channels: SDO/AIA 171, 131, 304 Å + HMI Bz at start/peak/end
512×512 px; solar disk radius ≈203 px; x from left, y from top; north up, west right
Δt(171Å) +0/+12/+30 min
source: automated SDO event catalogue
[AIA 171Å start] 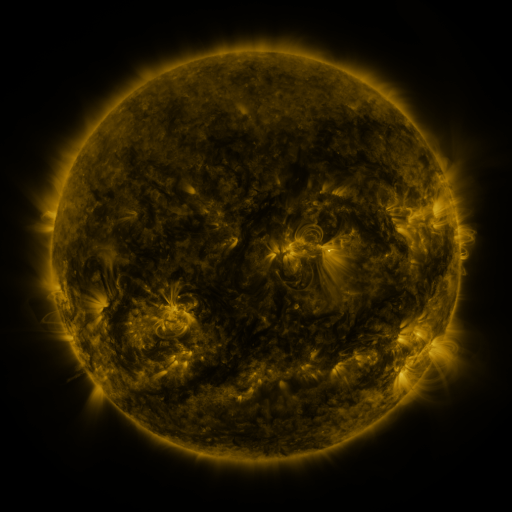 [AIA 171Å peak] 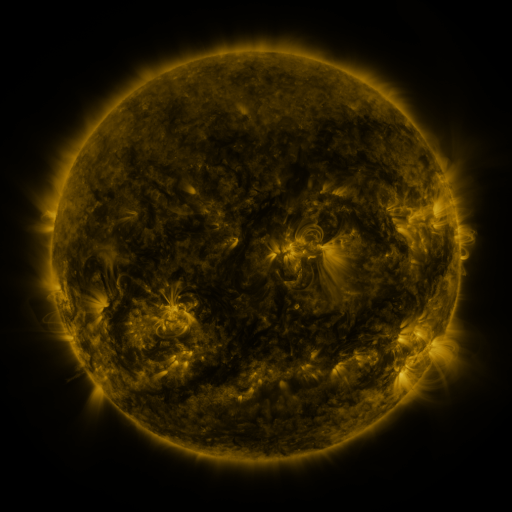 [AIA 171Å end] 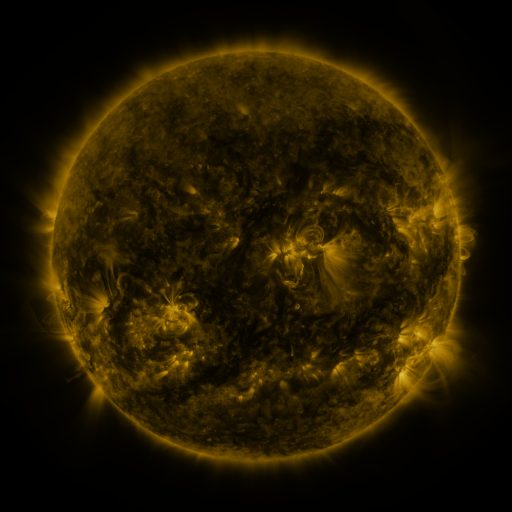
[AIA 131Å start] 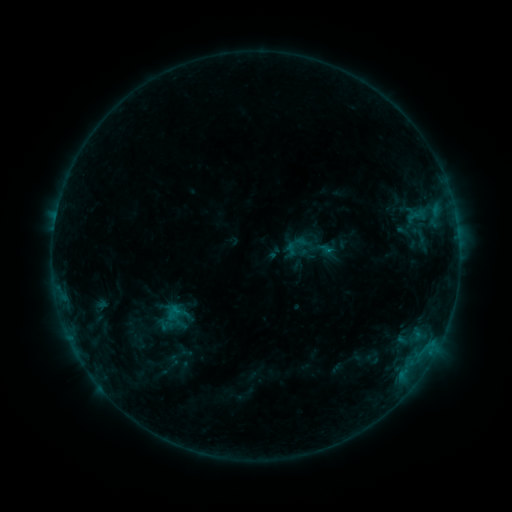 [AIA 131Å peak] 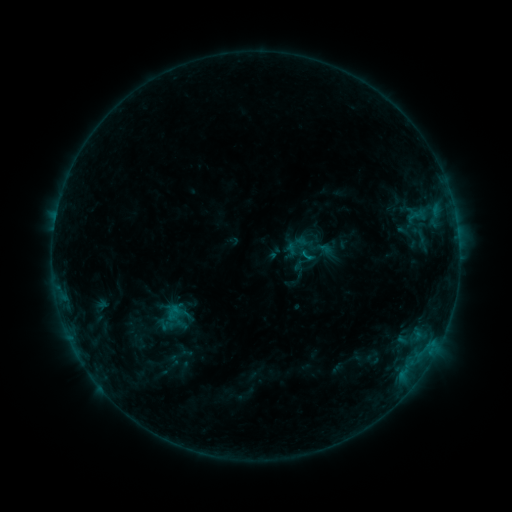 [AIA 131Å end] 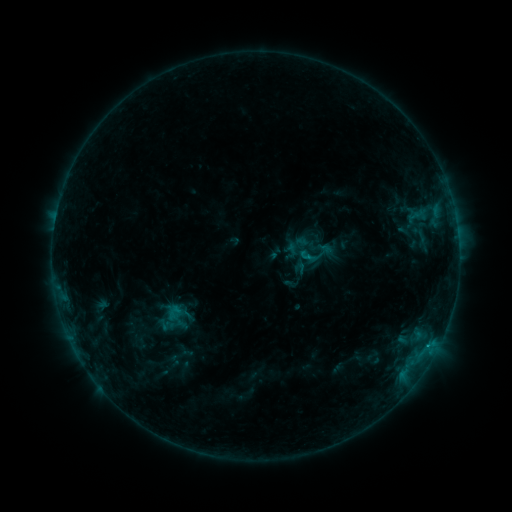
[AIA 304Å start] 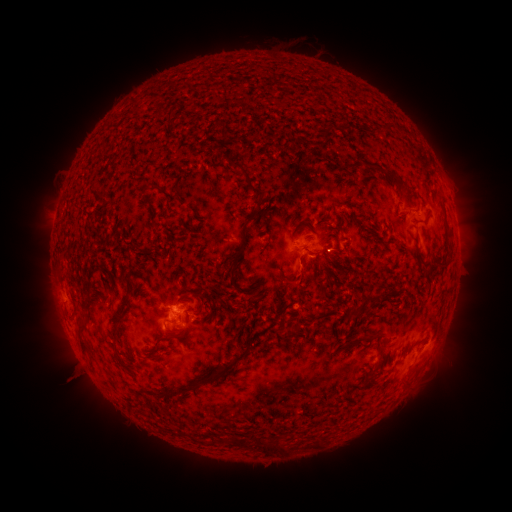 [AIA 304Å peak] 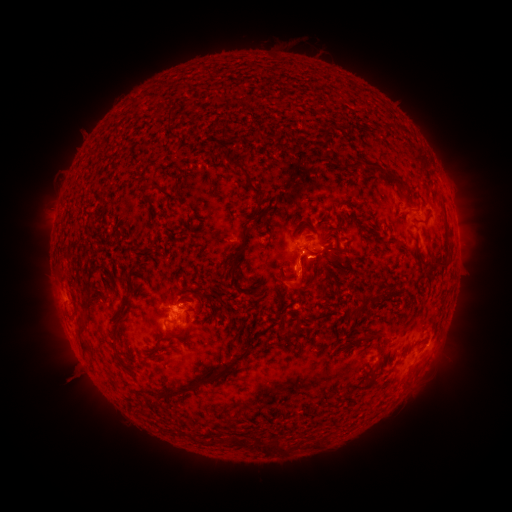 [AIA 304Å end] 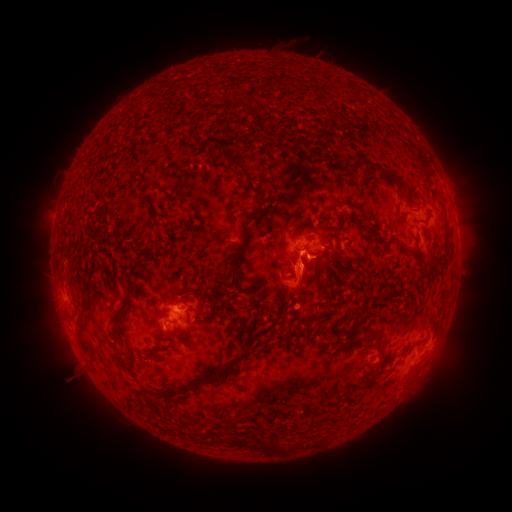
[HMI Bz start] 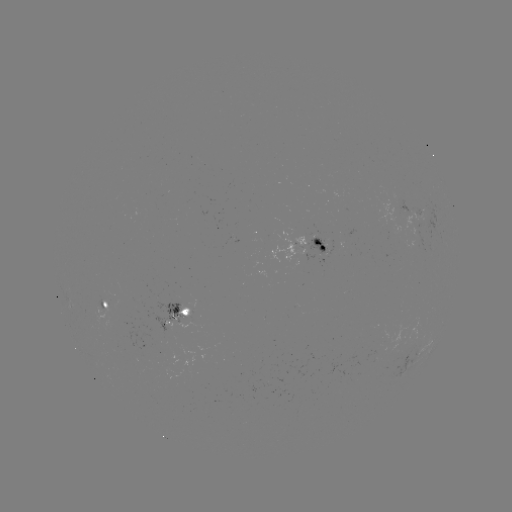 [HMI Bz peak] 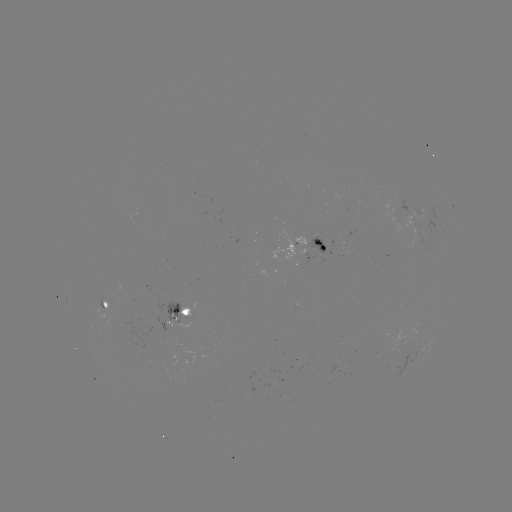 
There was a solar eruption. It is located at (302, 280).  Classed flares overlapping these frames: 1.